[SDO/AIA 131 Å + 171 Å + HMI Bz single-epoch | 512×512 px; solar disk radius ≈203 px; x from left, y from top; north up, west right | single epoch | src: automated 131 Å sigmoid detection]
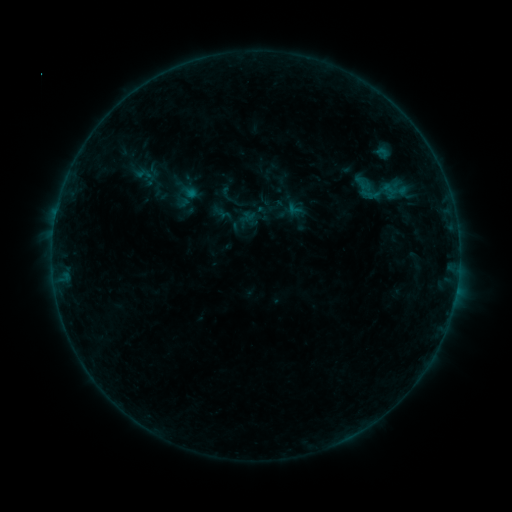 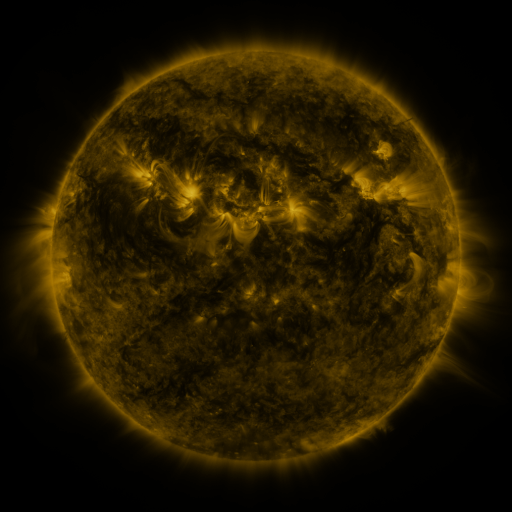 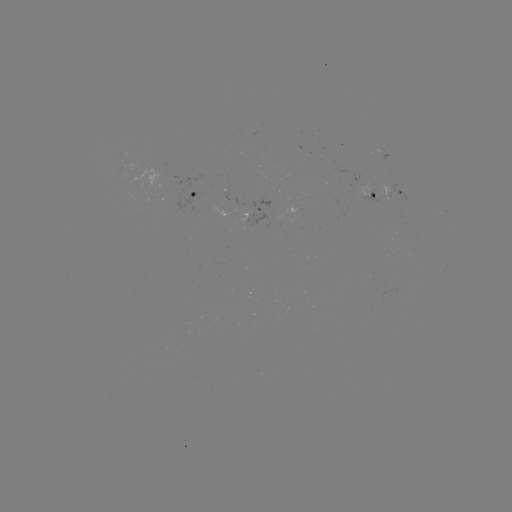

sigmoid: (344, 155, 420, 225)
